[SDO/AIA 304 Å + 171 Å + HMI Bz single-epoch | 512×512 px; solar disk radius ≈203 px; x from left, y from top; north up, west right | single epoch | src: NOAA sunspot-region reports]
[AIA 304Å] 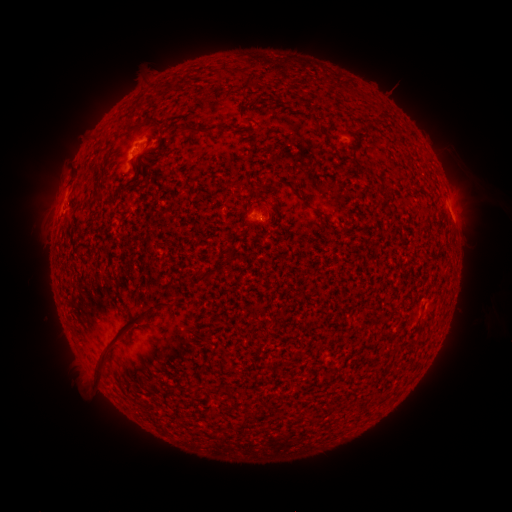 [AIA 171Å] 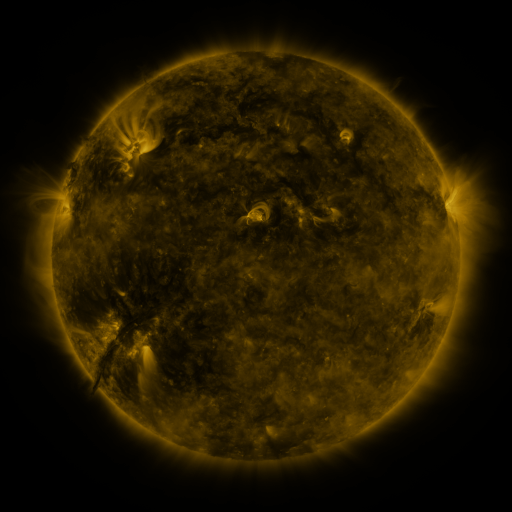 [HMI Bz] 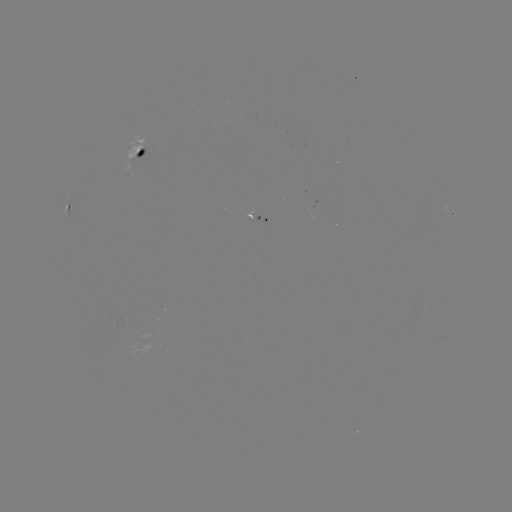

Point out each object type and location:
spotted active region: (142, 154)
spotted active region: (68, 207)
spotted active region: (453, 213)
spotted active region: (259, 218)
